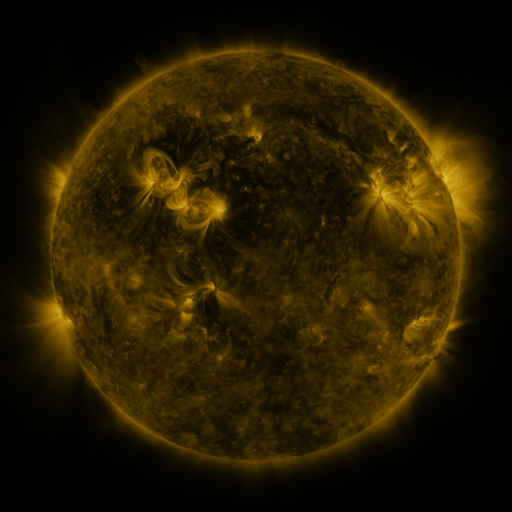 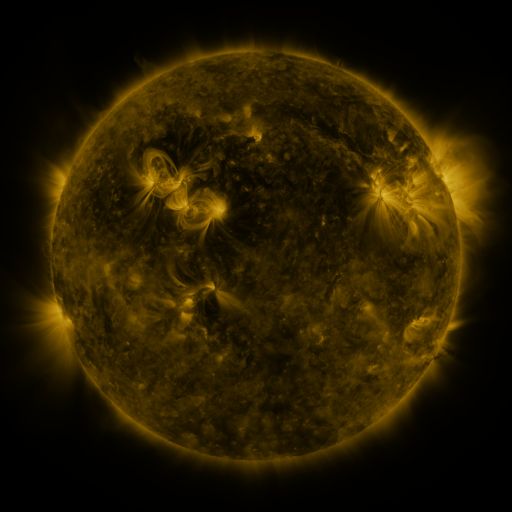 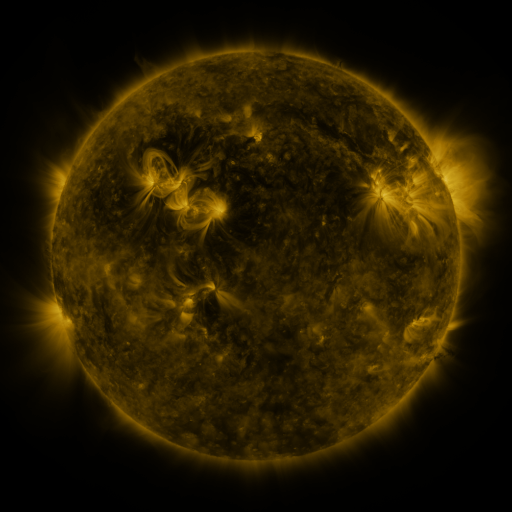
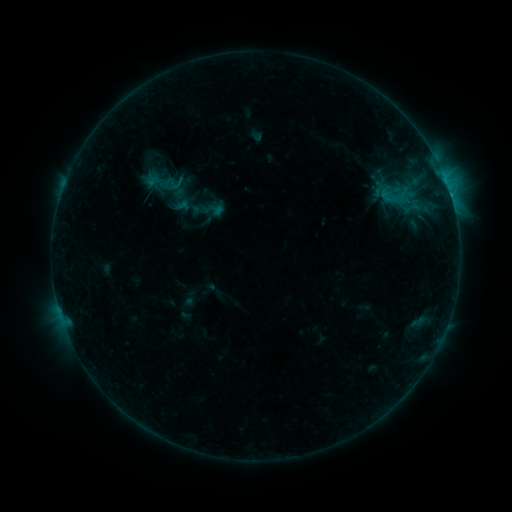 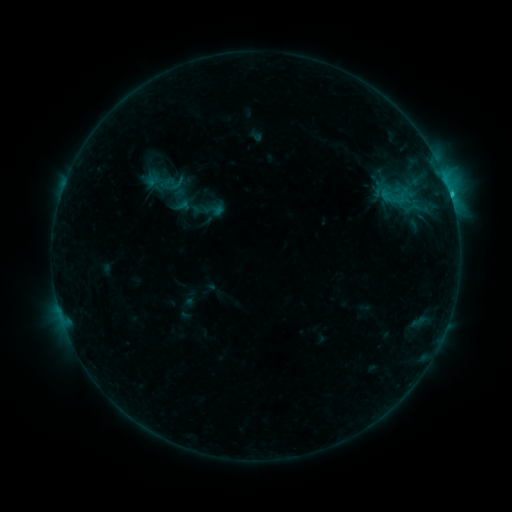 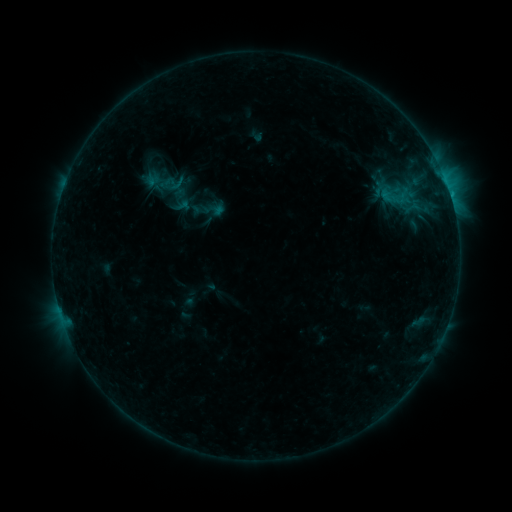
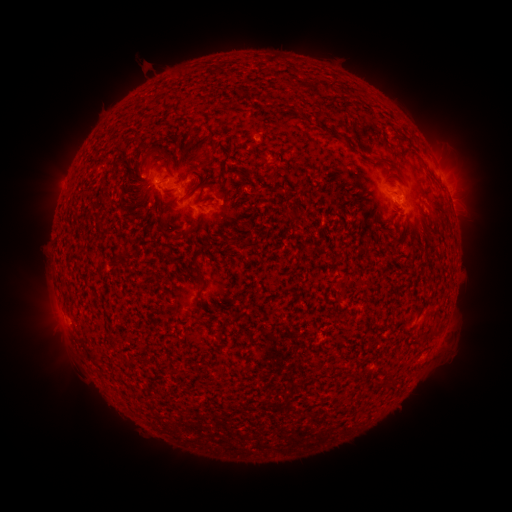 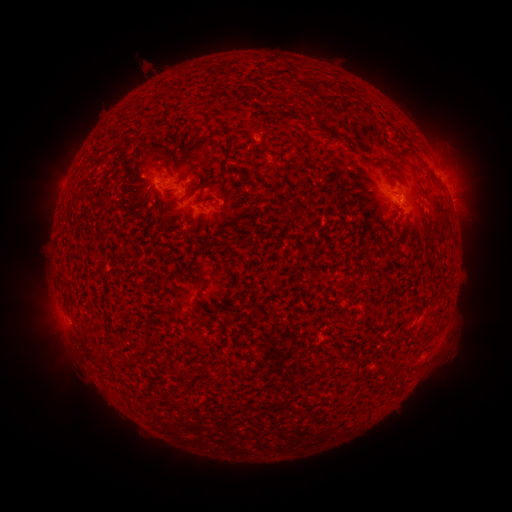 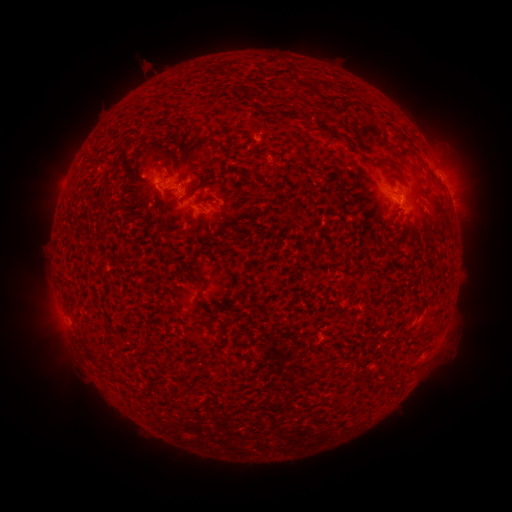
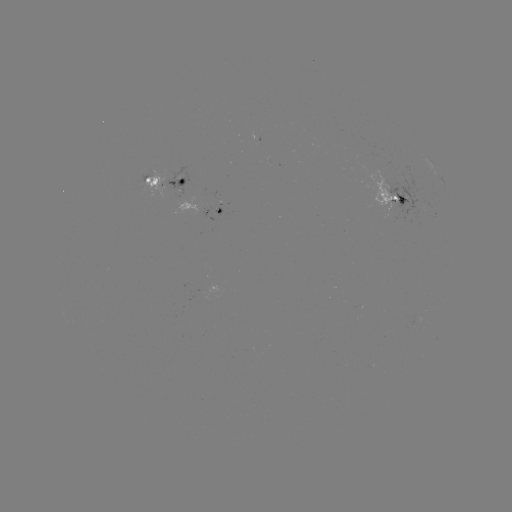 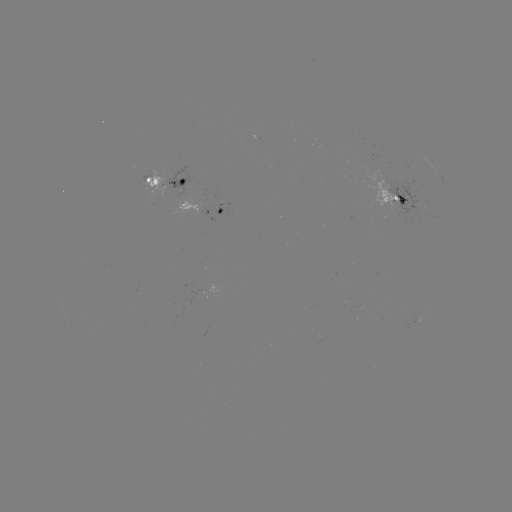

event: flare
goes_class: B8.0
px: (450, 195)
